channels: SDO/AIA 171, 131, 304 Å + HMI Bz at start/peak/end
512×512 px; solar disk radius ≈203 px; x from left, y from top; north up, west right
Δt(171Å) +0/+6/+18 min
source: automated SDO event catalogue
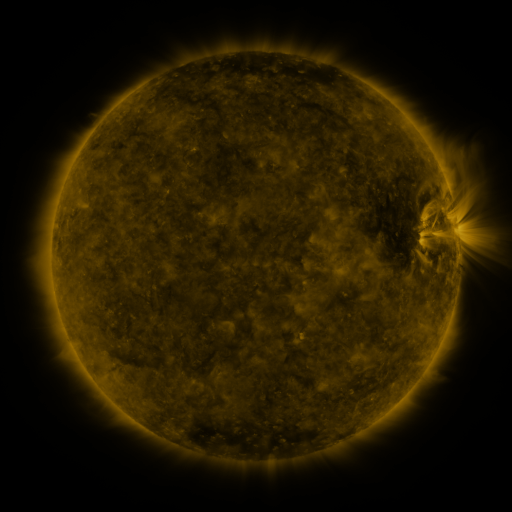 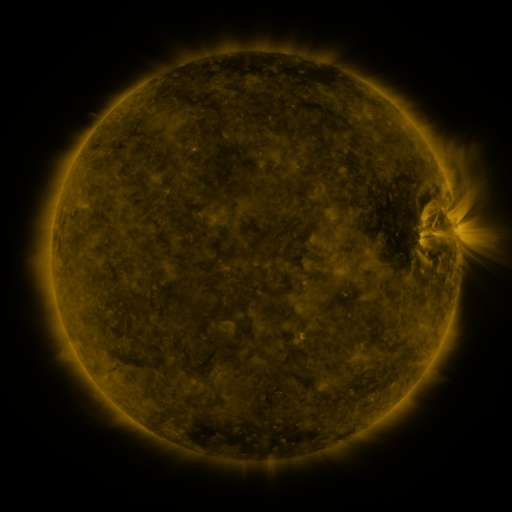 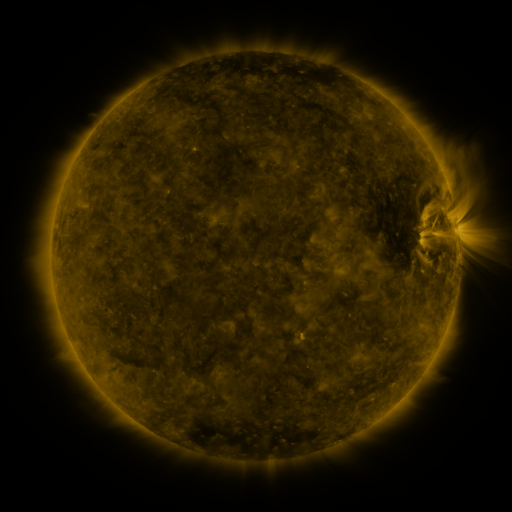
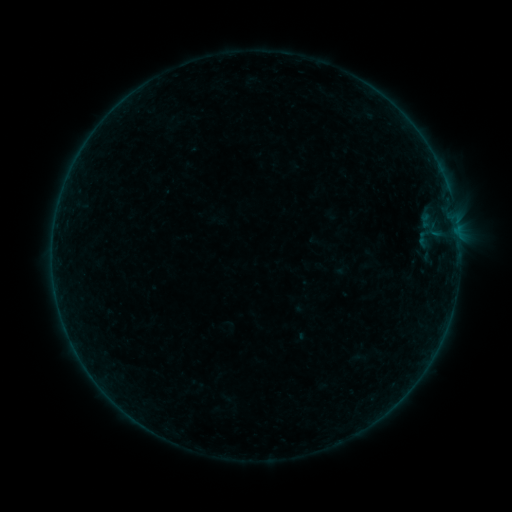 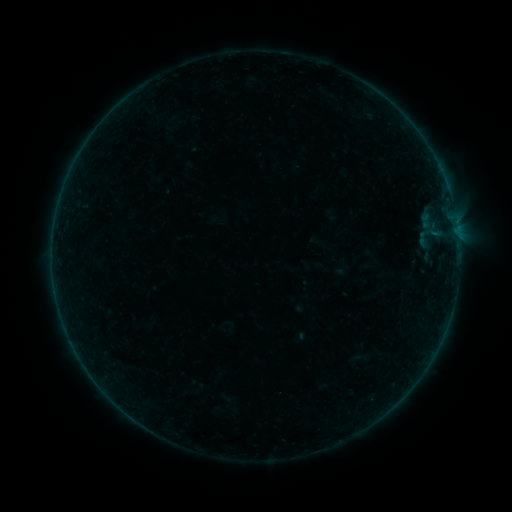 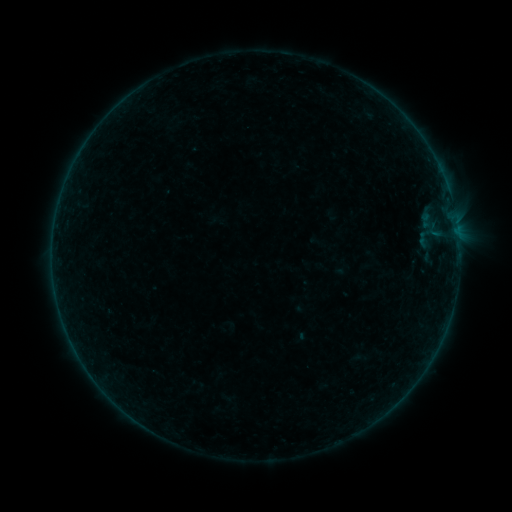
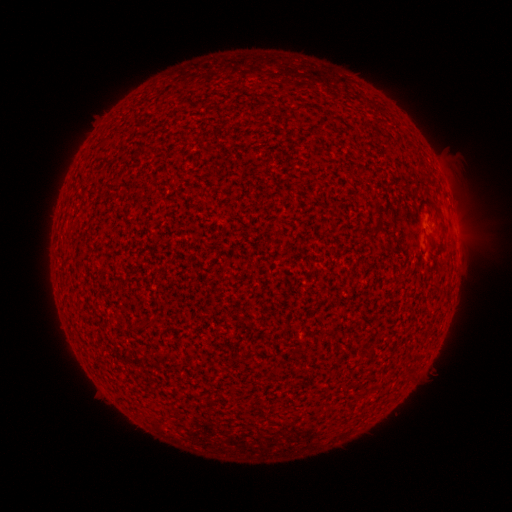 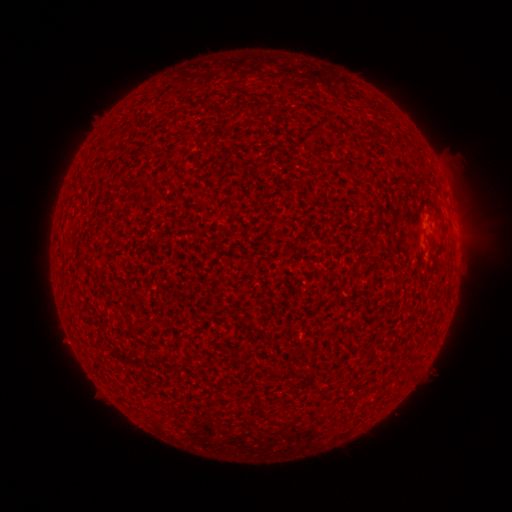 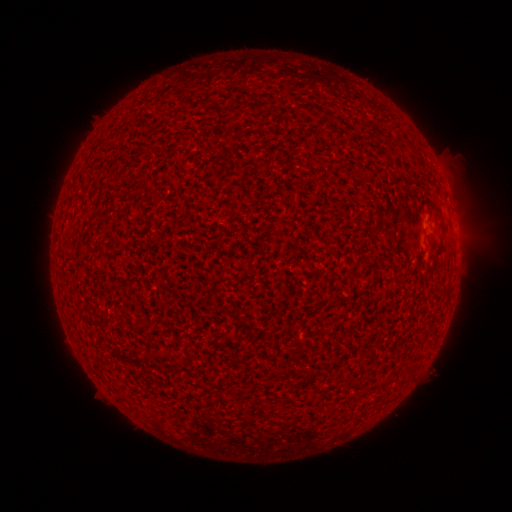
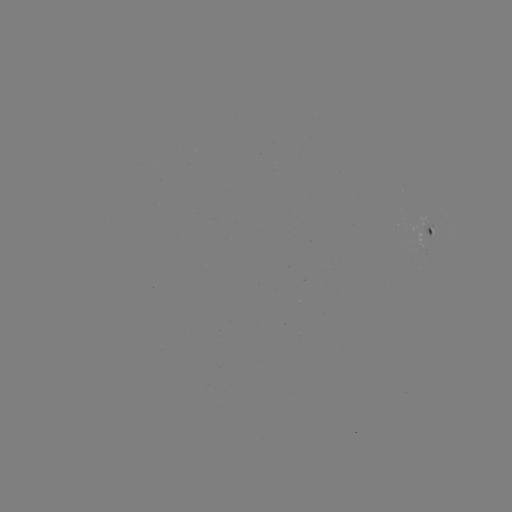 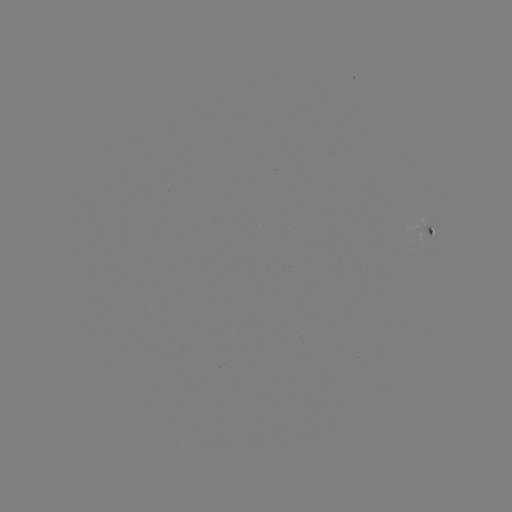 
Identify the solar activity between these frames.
nothing was catalogued: no classed flare, no EUV trigger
